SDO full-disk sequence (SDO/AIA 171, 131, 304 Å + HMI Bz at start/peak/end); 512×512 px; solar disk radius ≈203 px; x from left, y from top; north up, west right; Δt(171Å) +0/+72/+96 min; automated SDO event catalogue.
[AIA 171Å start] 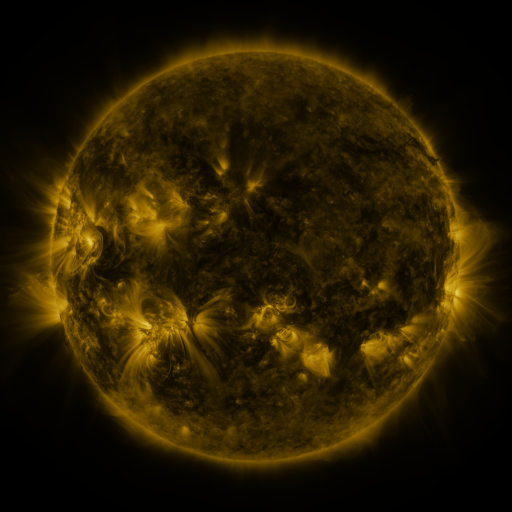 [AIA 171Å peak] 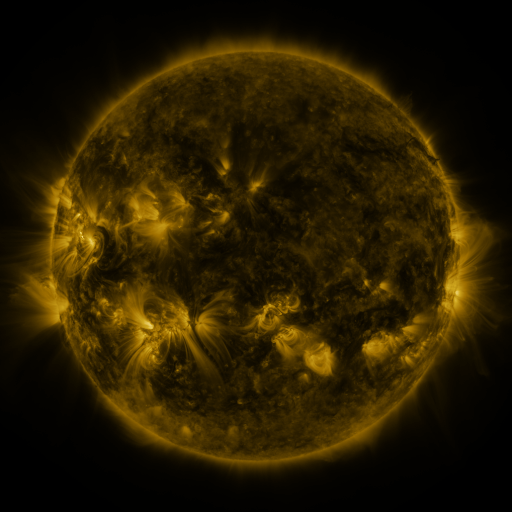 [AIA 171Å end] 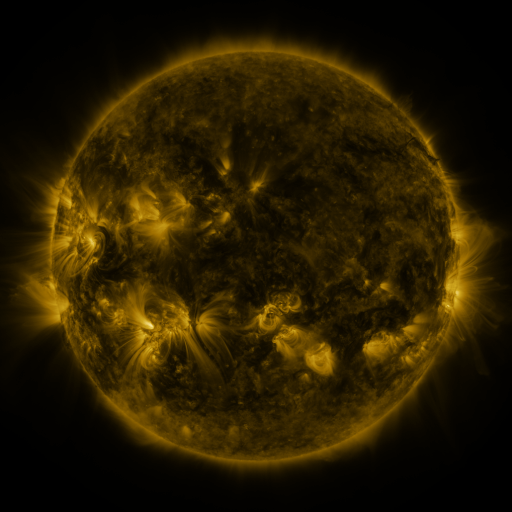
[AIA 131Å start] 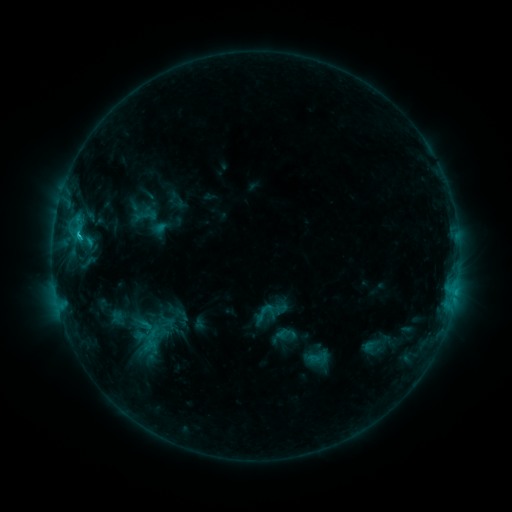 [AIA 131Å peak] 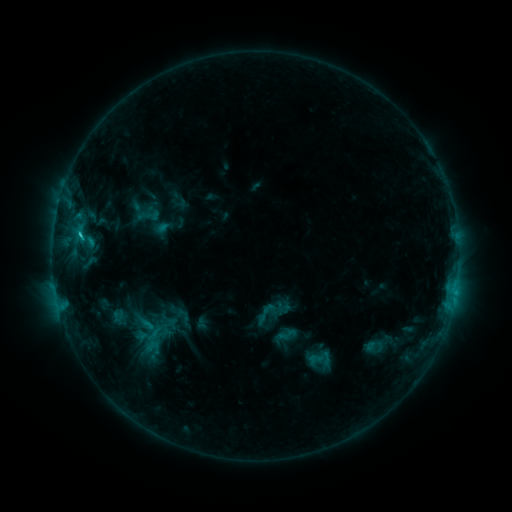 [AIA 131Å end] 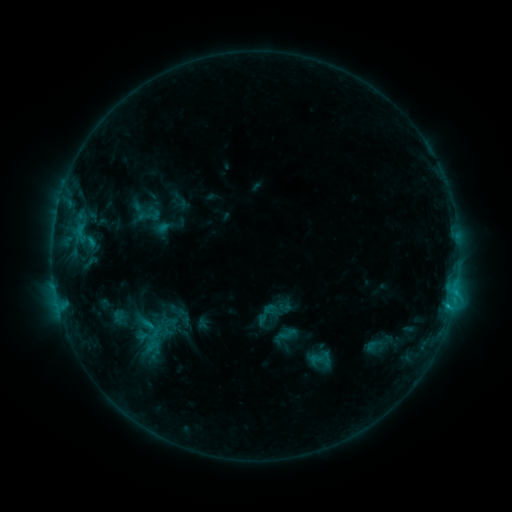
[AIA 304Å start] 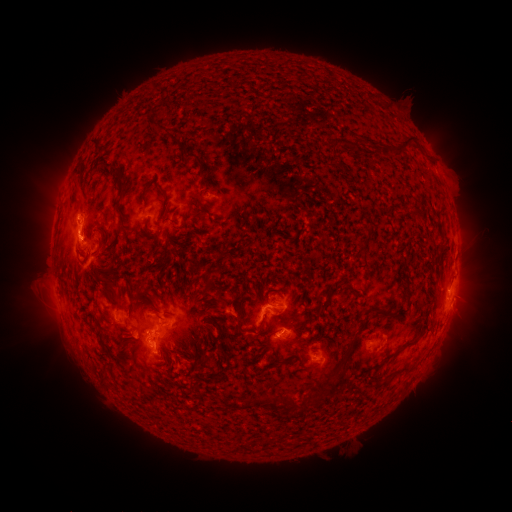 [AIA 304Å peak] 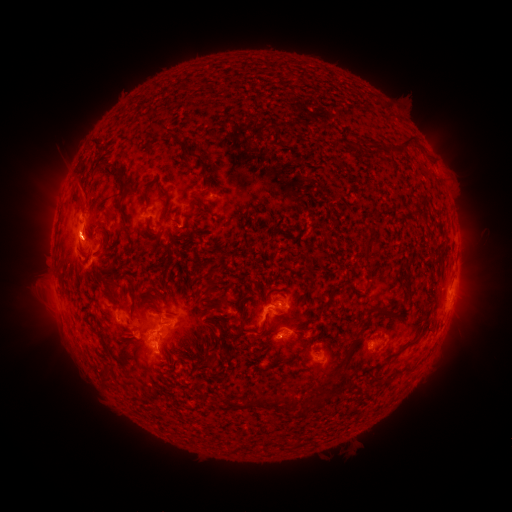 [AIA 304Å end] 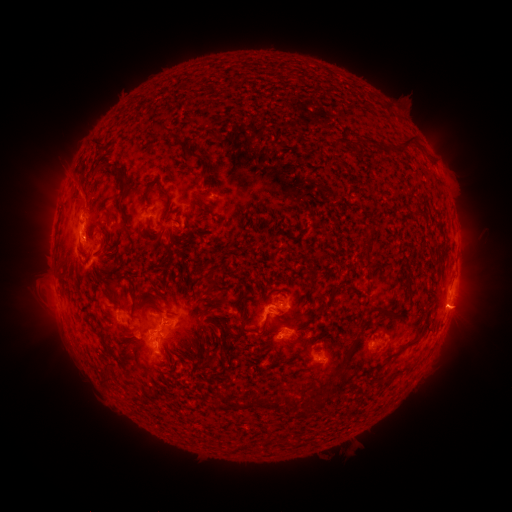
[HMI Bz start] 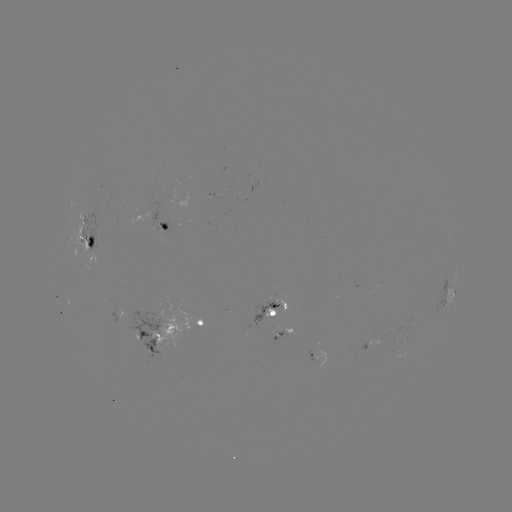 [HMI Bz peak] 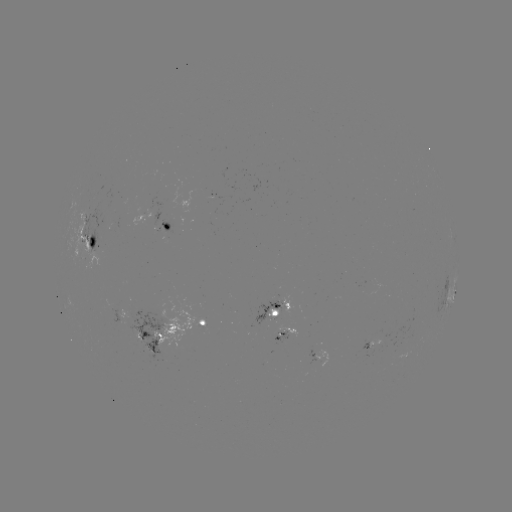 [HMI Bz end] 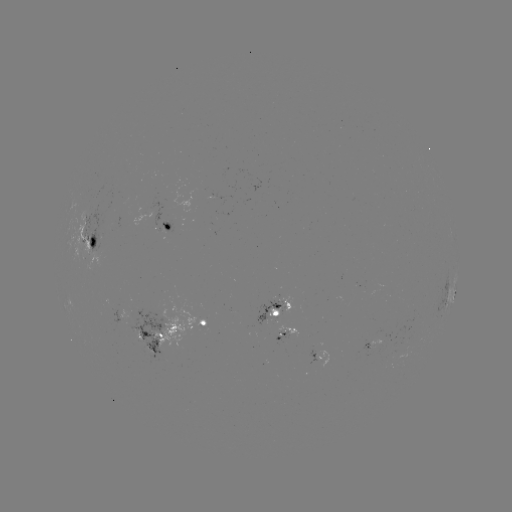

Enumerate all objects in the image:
emerging-flux region: (281, 334)
